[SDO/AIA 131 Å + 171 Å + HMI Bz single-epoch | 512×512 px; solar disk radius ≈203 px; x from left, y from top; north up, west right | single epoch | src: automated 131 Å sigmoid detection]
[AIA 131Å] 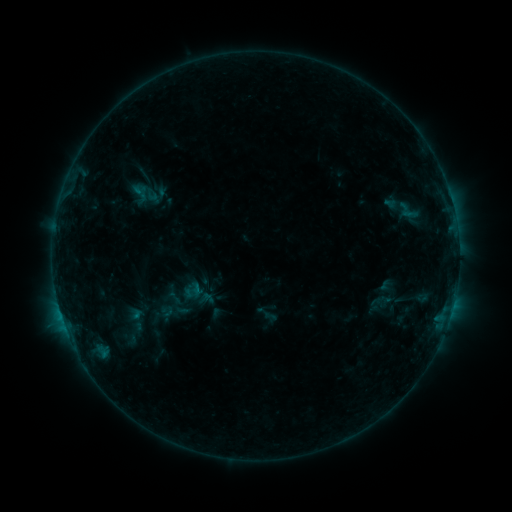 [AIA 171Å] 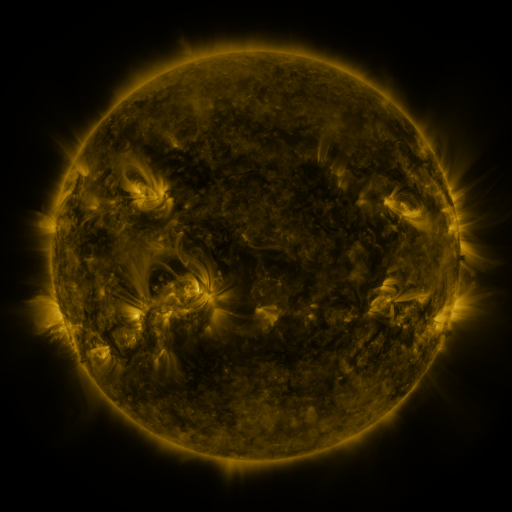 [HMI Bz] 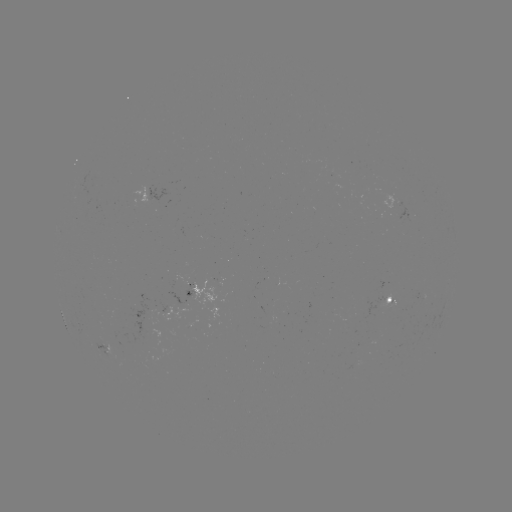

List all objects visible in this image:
sigmoid: (406, 210)
